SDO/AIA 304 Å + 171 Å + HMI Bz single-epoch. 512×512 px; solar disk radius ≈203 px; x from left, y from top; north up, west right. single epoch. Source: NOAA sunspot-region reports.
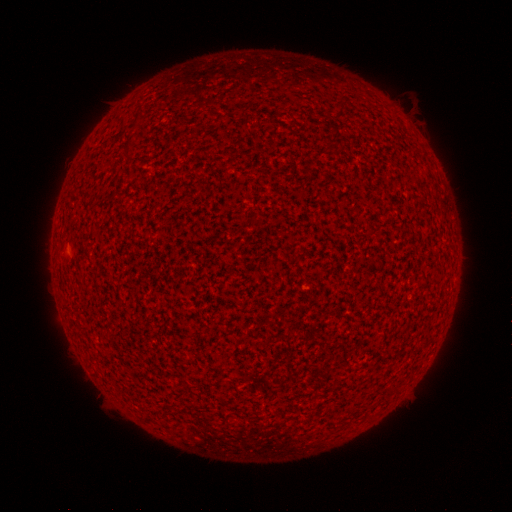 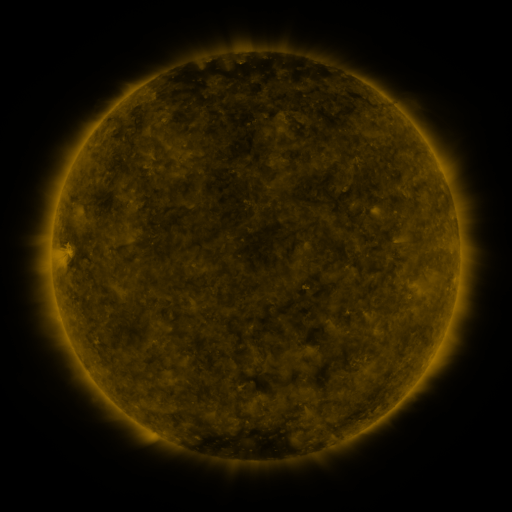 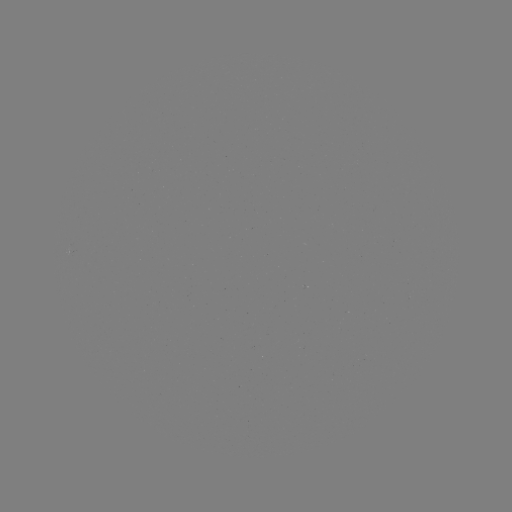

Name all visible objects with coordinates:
(none)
